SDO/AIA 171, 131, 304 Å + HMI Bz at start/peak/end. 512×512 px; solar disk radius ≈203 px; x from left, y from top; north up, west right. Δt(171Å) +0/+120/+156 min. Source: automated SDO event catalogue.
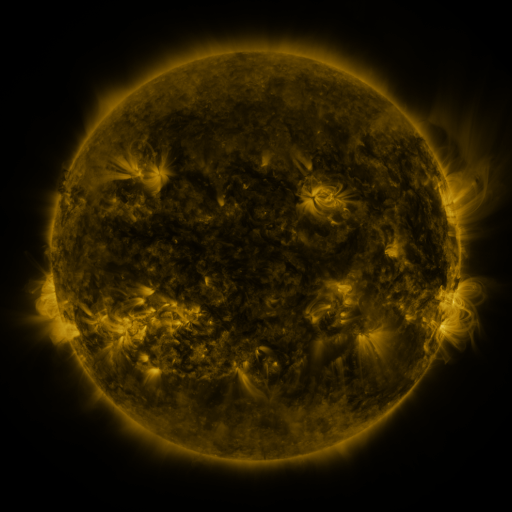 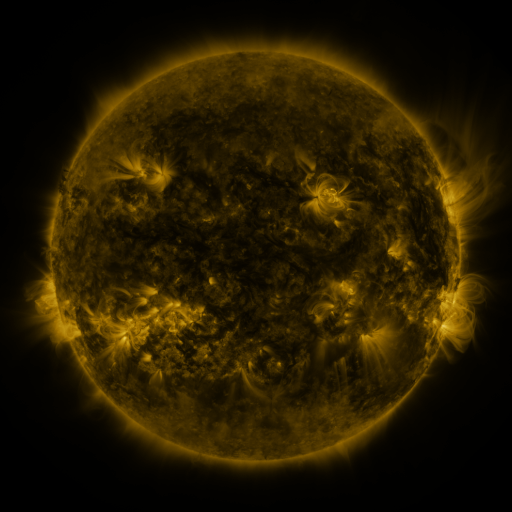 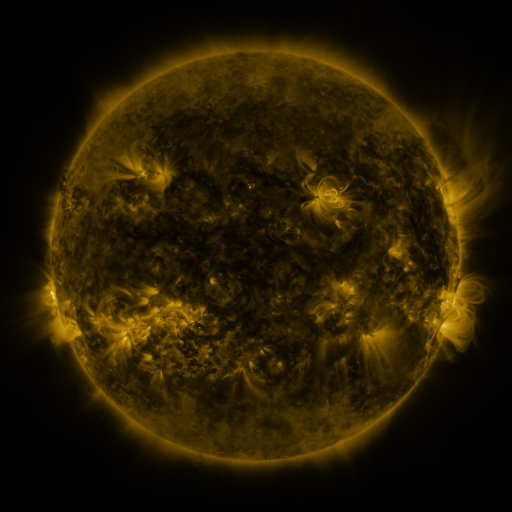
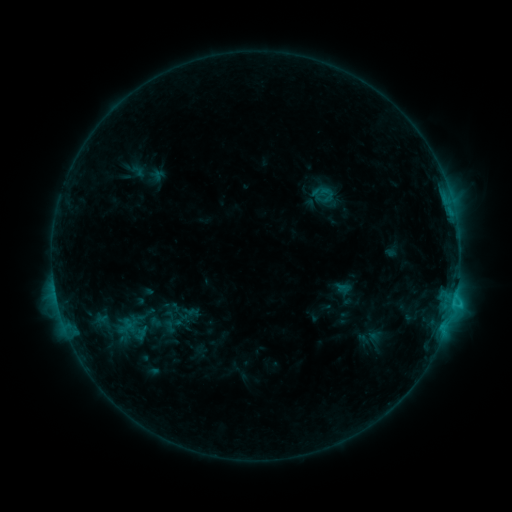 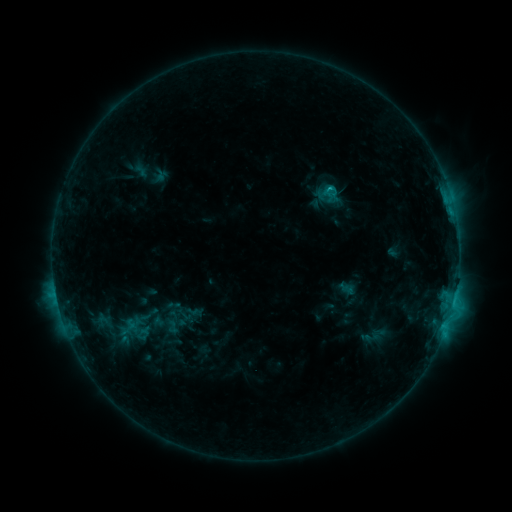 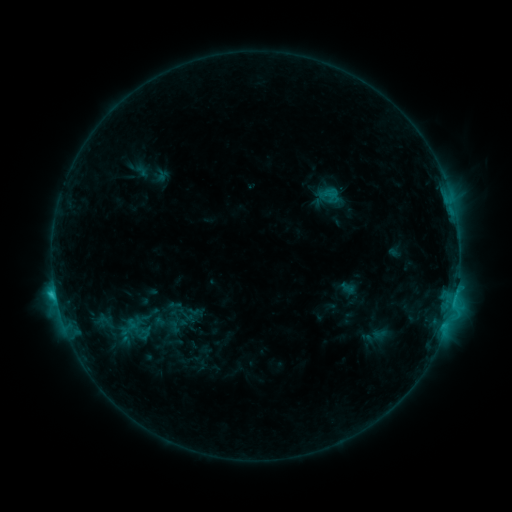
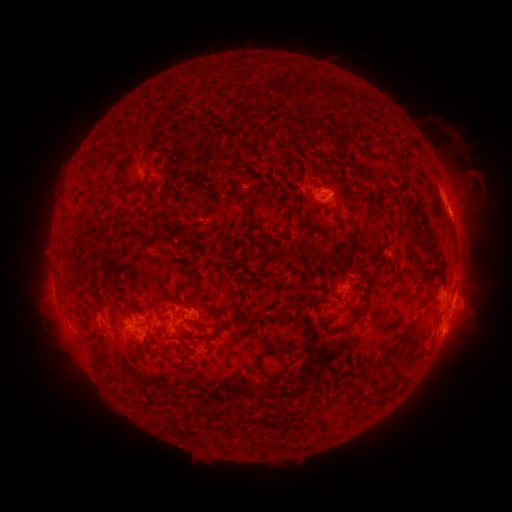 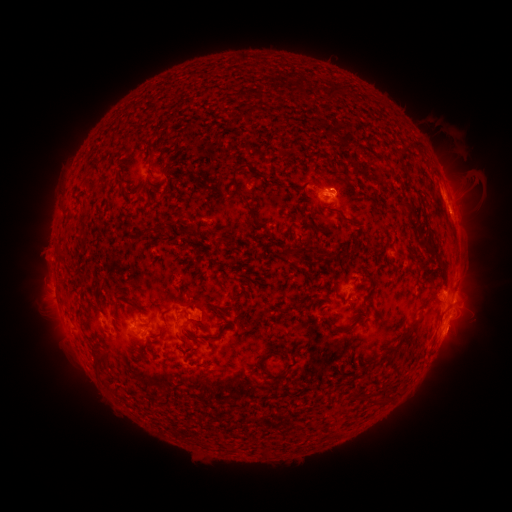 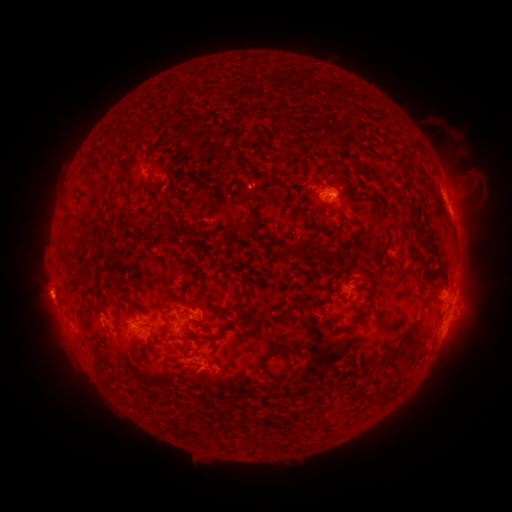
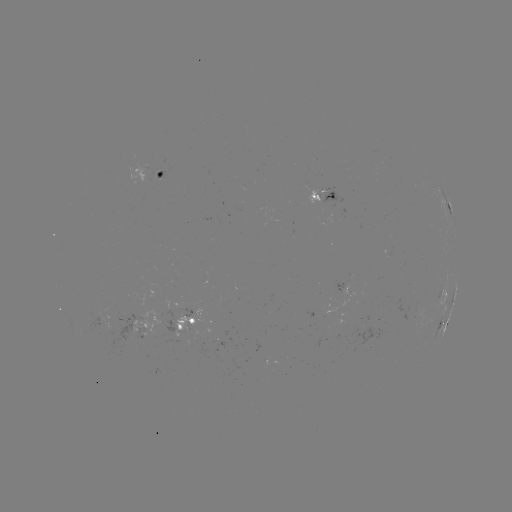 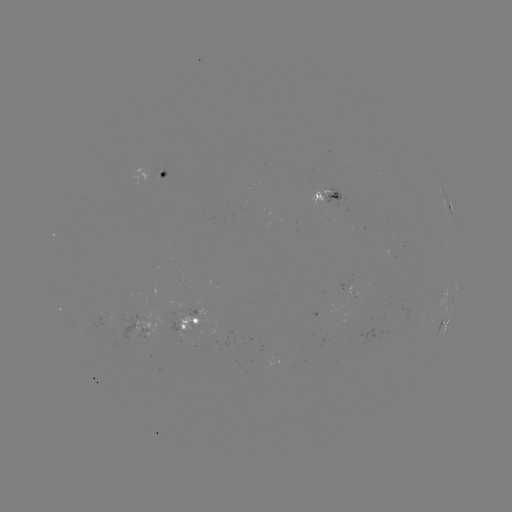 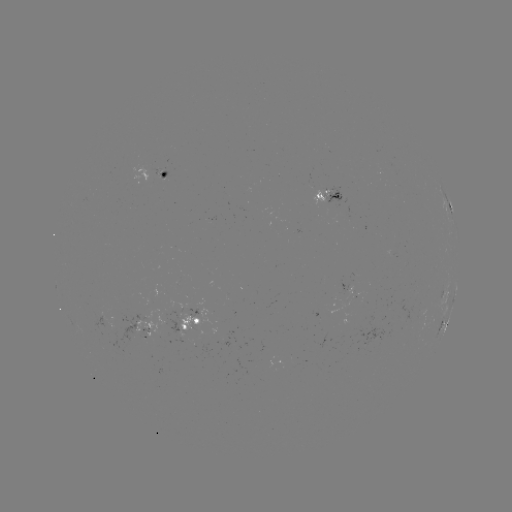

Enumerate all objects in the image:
emerging-flux region: (351, 290)
